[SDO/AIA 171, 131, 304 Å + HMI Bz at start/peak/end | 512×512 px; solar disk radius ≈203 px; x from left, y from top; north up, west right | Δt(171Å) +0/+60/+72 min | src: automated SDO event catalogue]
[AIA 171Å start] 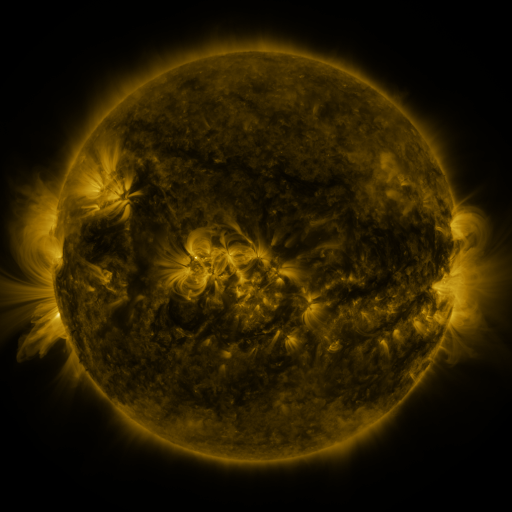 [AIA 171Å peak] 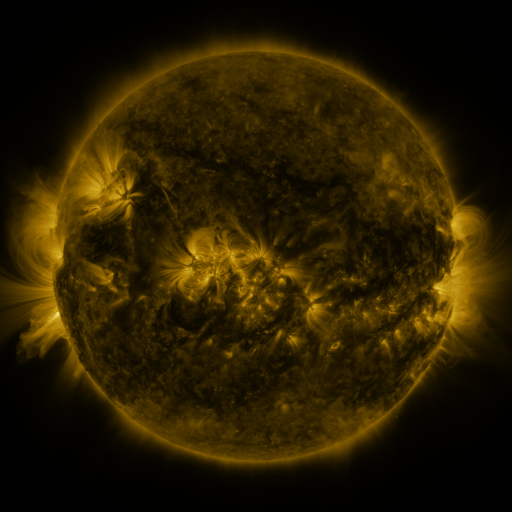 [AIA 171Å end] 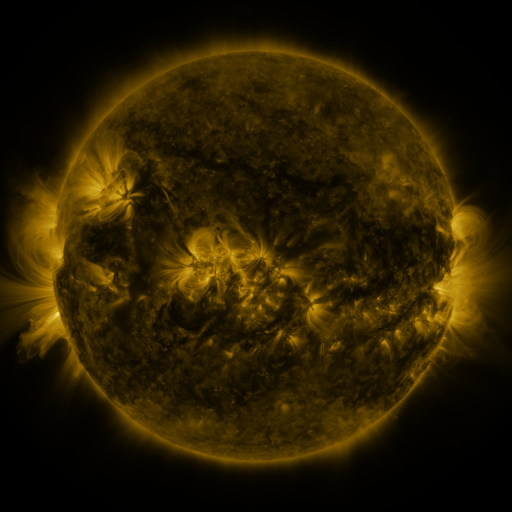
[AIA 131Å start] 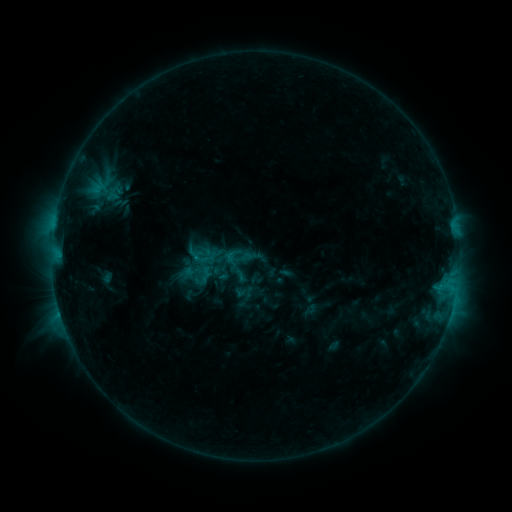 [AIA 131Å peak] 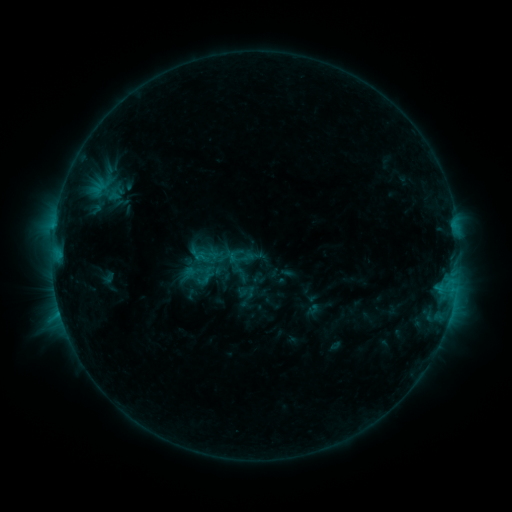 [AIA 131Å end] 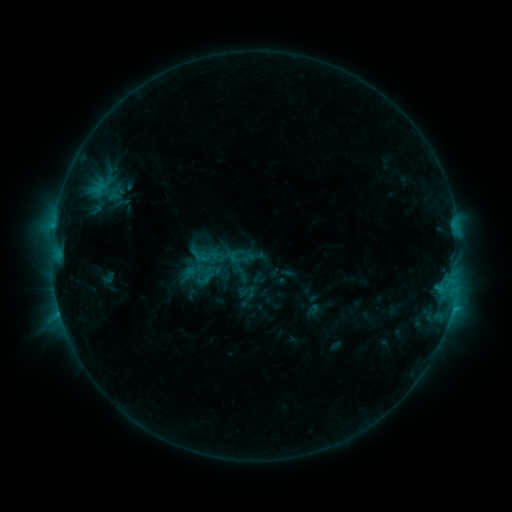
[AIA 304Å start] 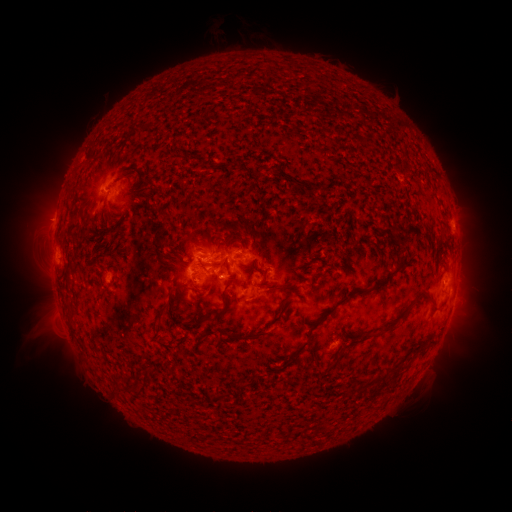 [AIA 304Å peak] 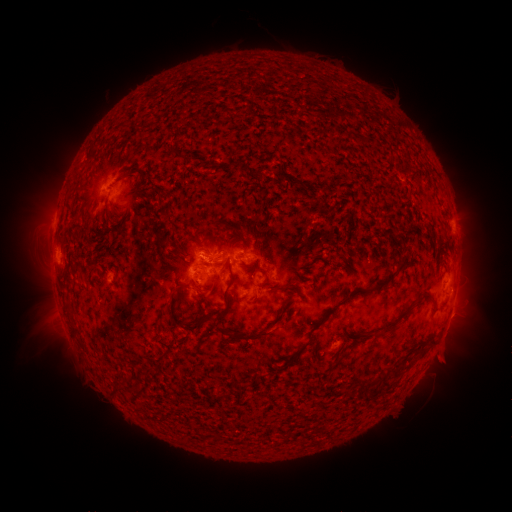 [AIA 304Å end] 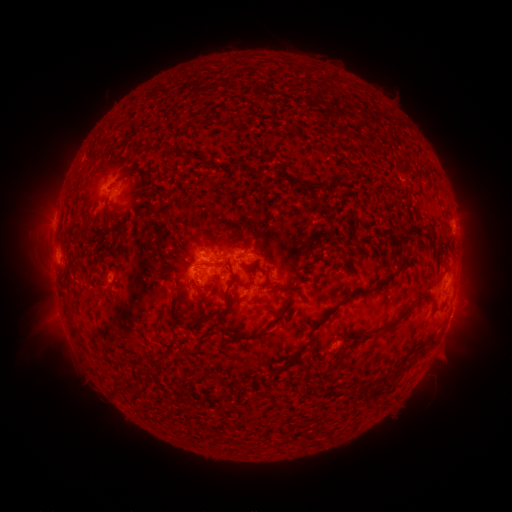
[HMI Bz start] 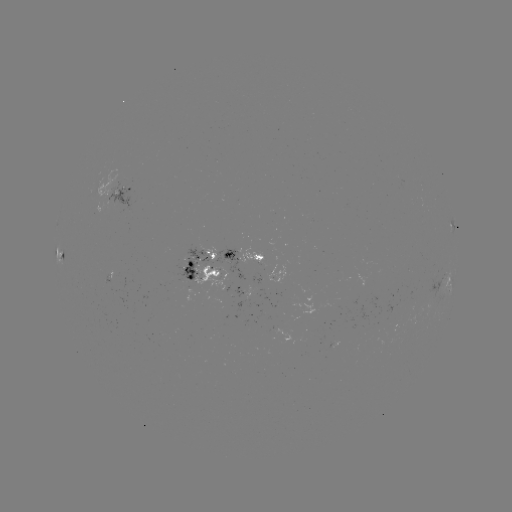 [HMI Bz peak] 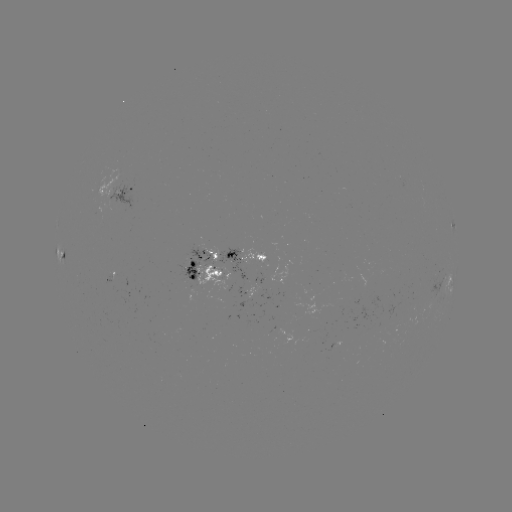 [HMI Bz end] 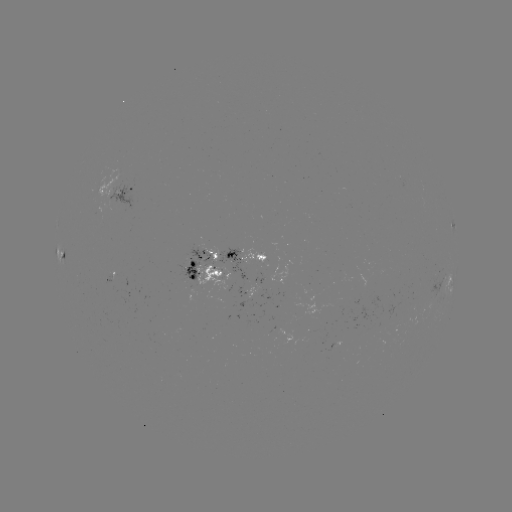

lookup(emerging-flux region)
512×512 [257, 282]